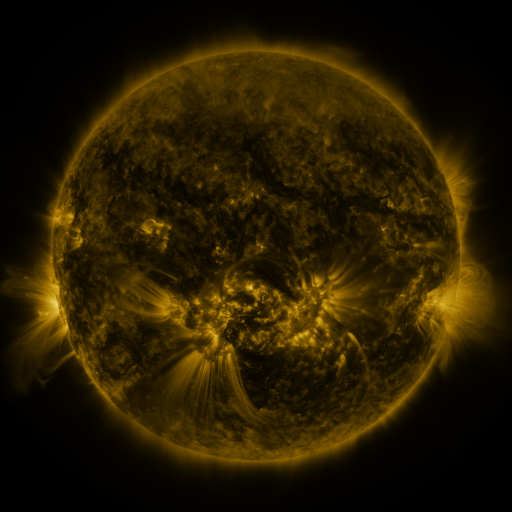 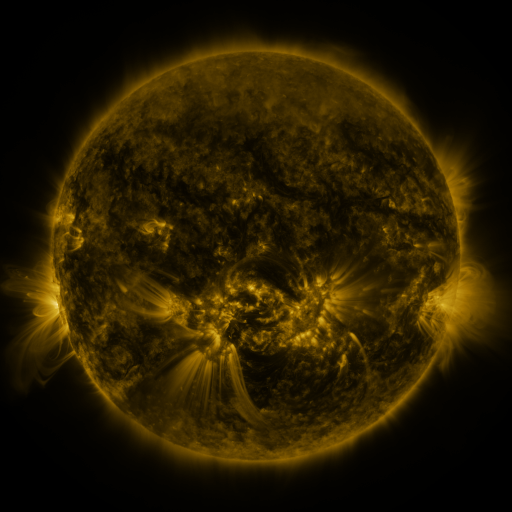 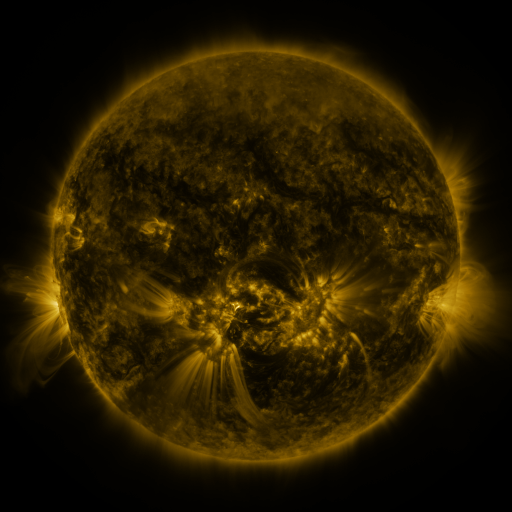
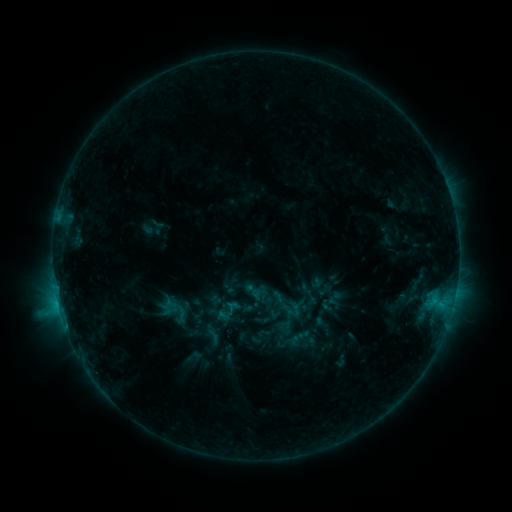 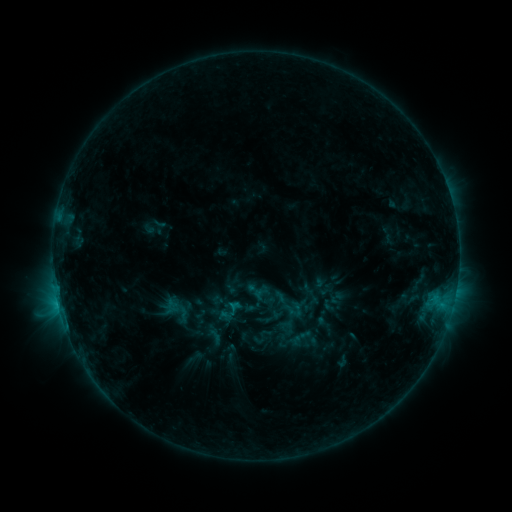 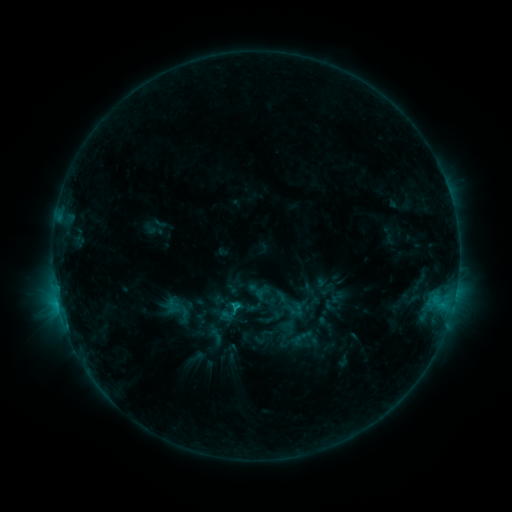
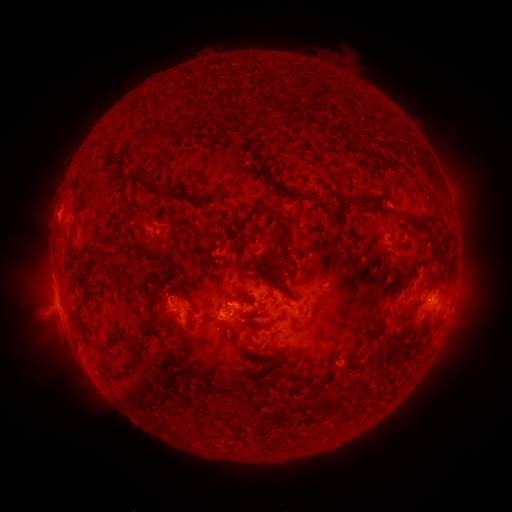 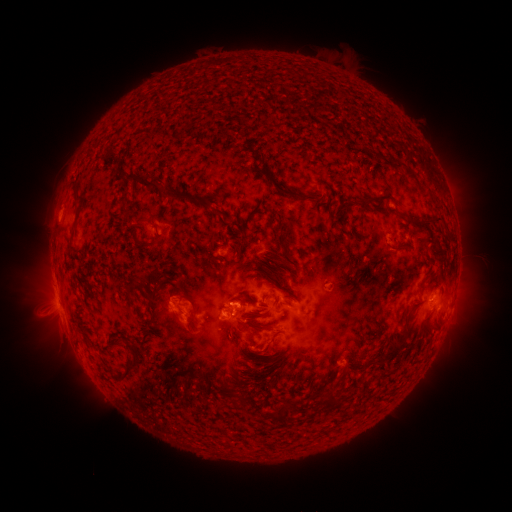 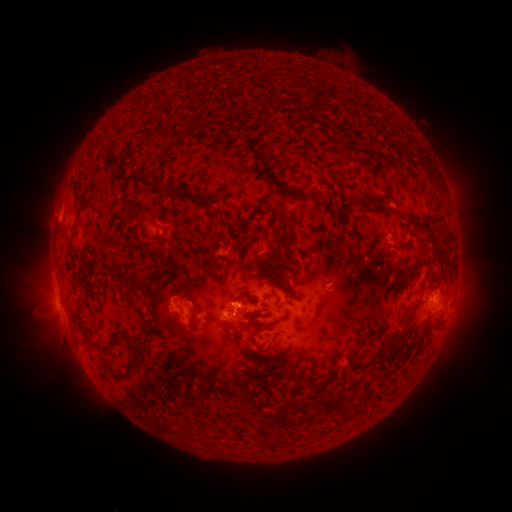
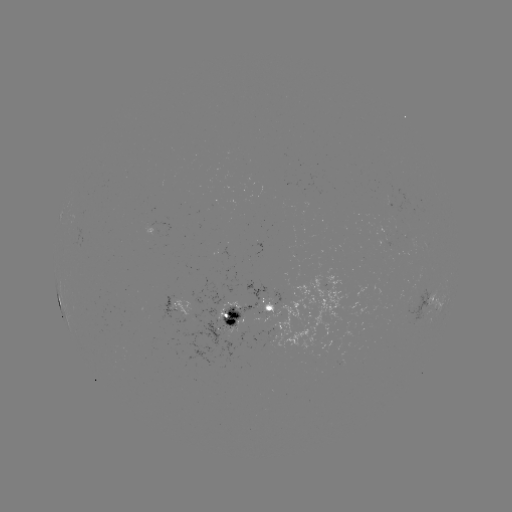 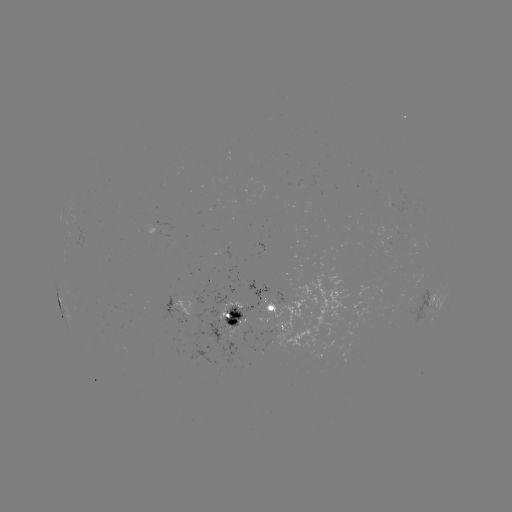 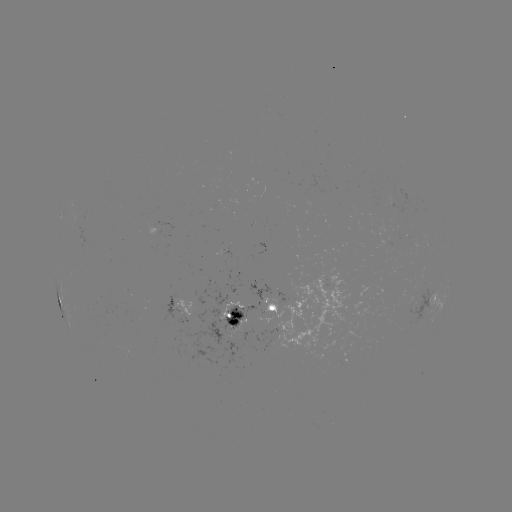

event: emerging-flux region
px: (397, 211)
